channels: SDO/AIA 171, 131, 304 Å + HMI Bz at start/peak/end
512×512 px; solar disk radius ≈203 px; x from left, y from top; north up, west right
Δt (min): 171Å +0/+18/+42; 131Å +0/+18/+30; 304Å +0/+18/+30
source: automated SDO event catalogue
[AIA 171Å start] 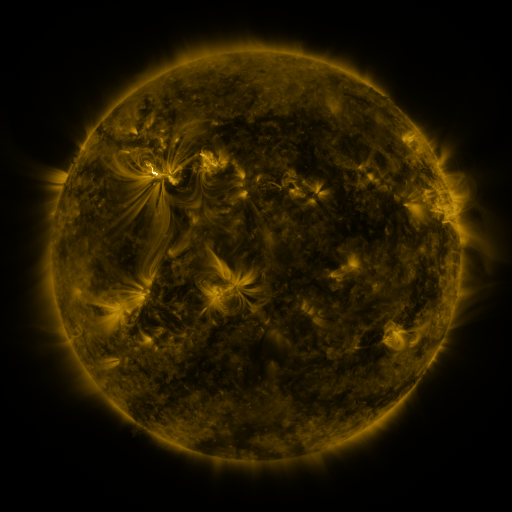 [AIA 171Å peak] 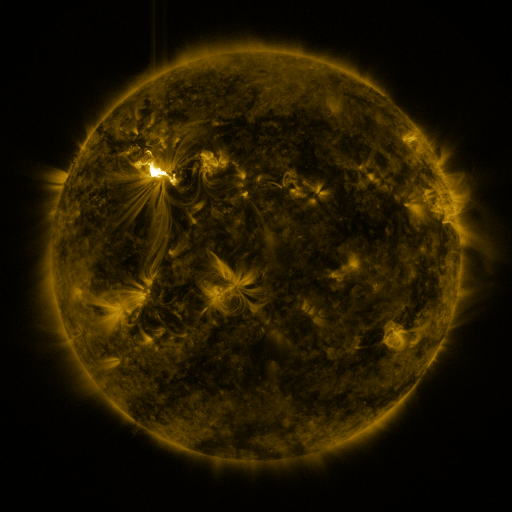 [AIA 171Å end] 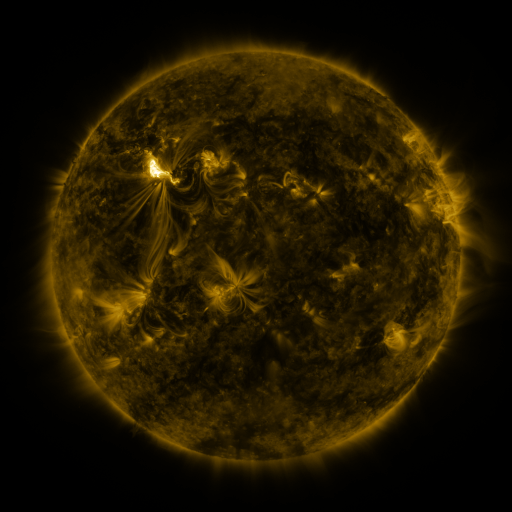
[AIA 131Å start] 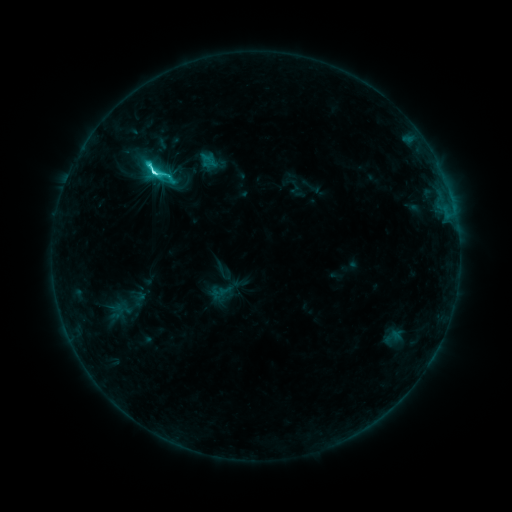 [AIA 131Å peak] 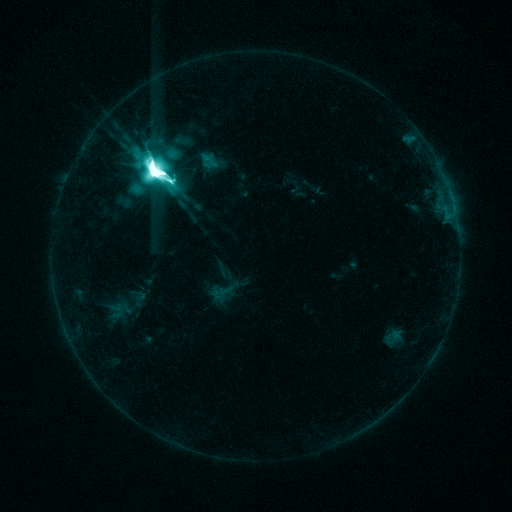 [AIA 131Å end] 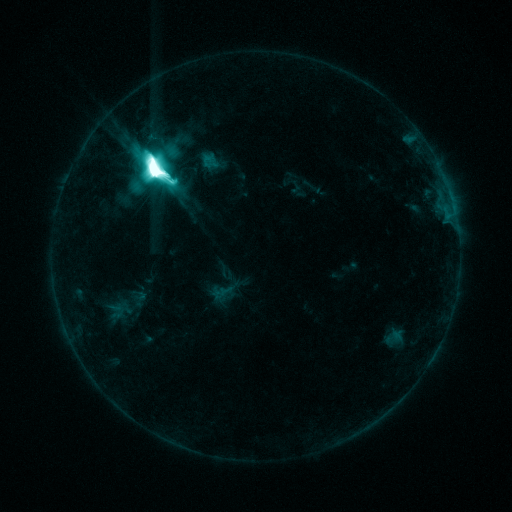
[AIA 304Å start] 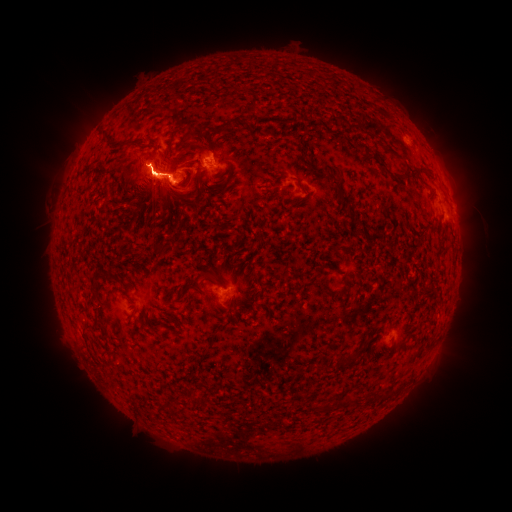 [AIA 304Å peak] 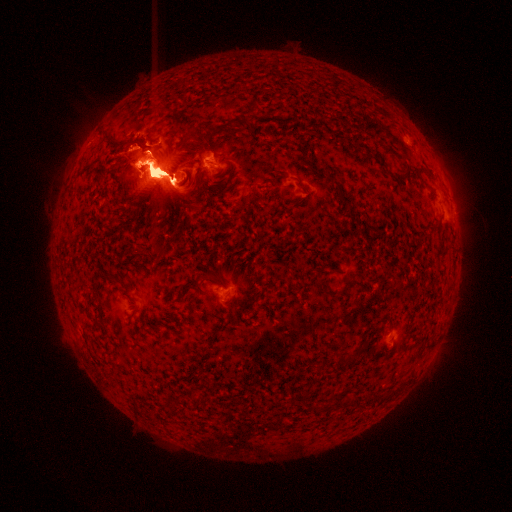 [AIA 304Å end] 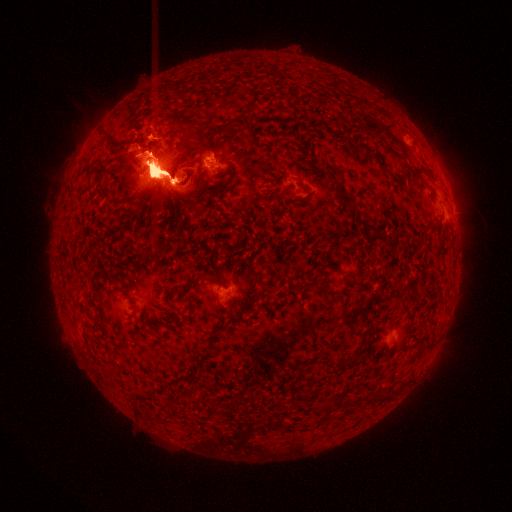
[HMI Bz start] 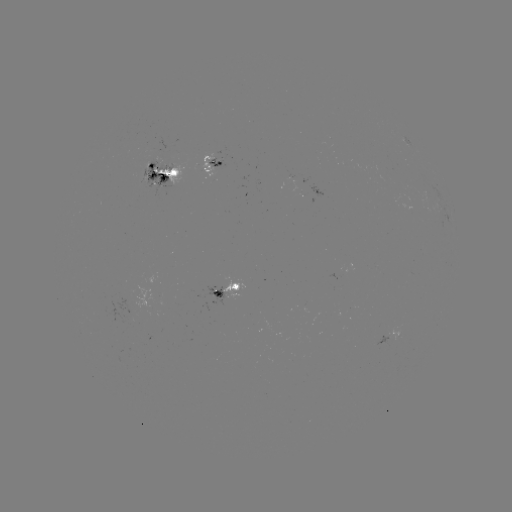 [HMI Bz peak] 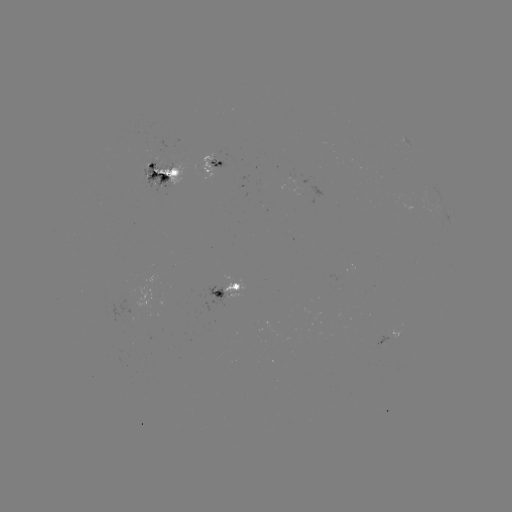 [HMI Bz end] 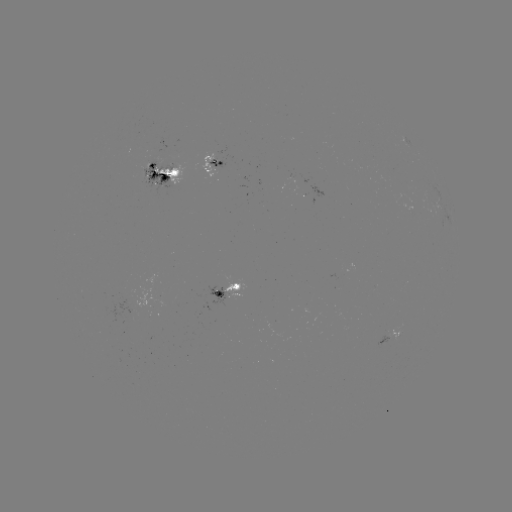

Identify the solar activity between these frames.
eruption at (302, 207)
